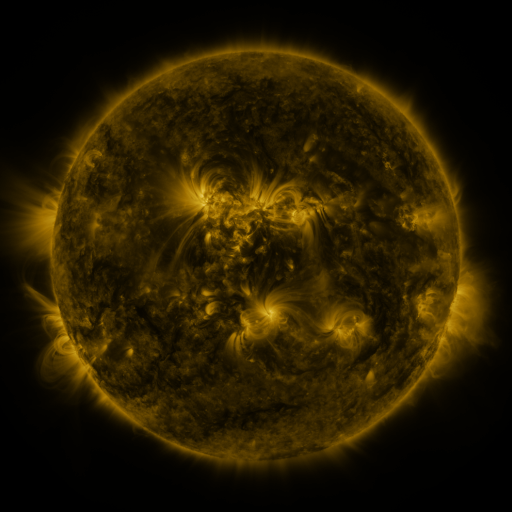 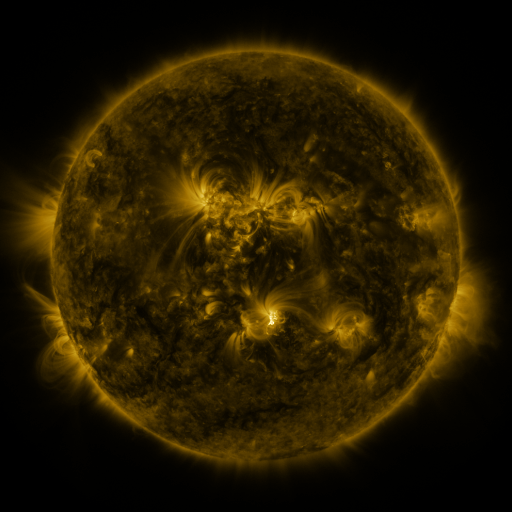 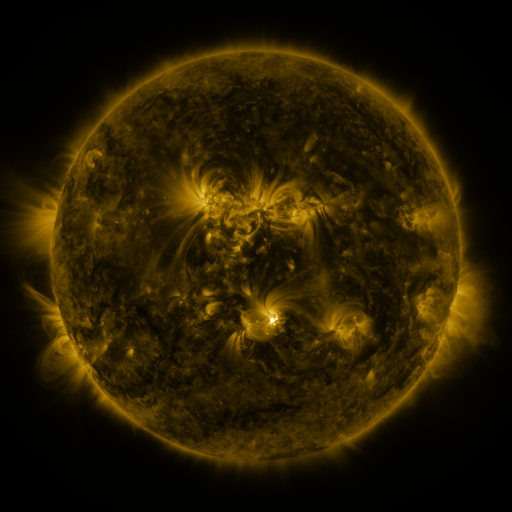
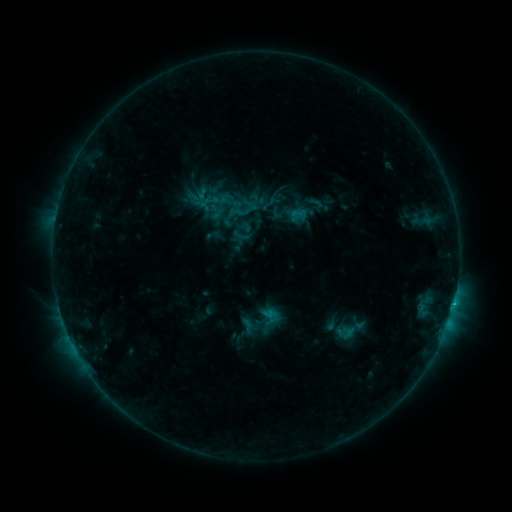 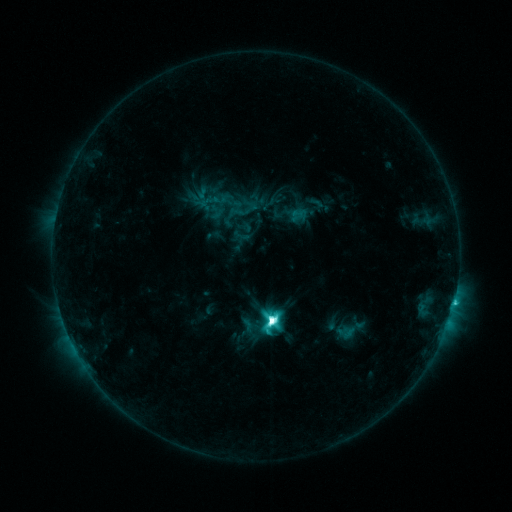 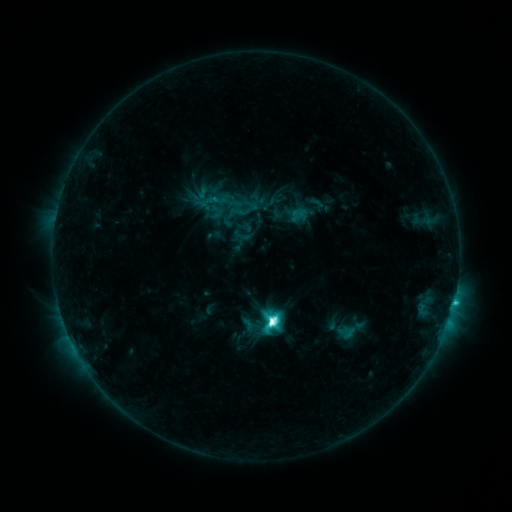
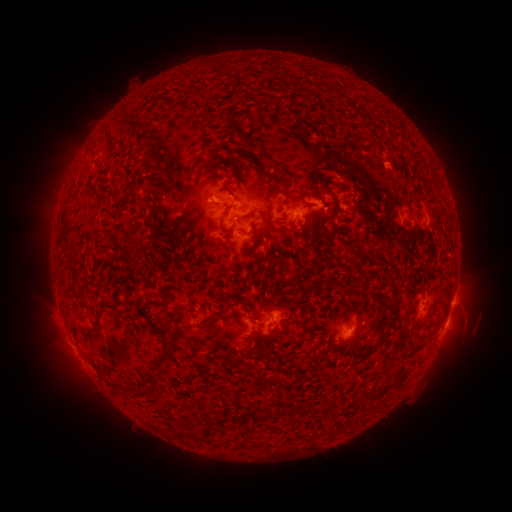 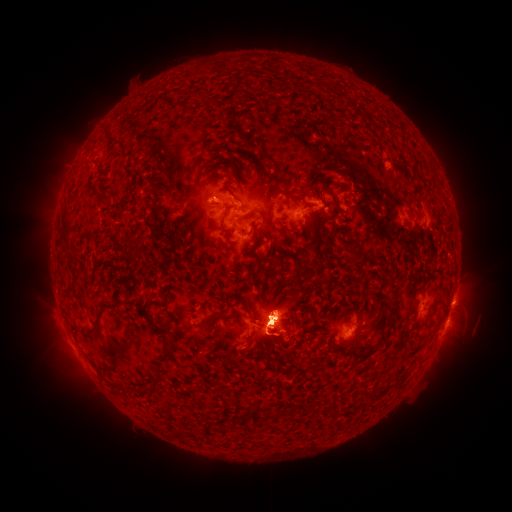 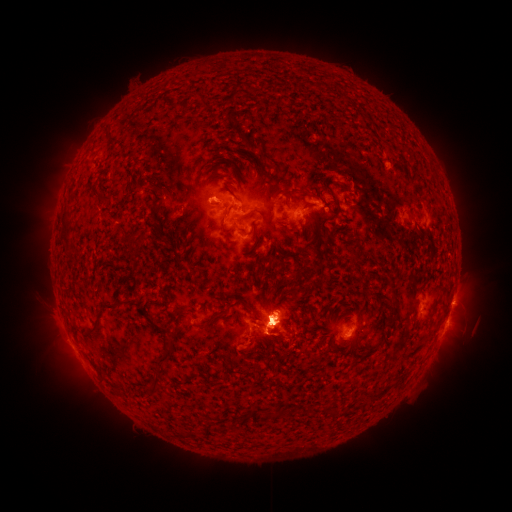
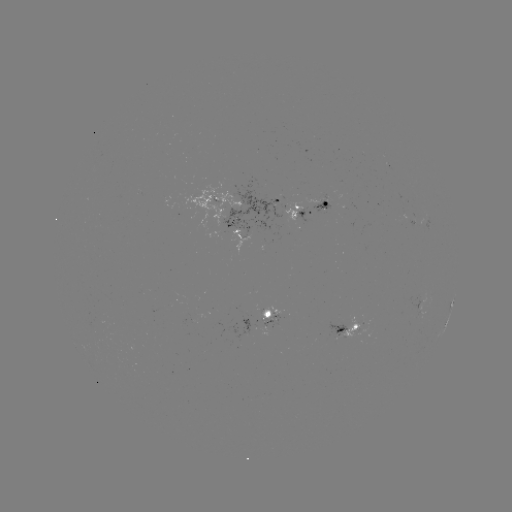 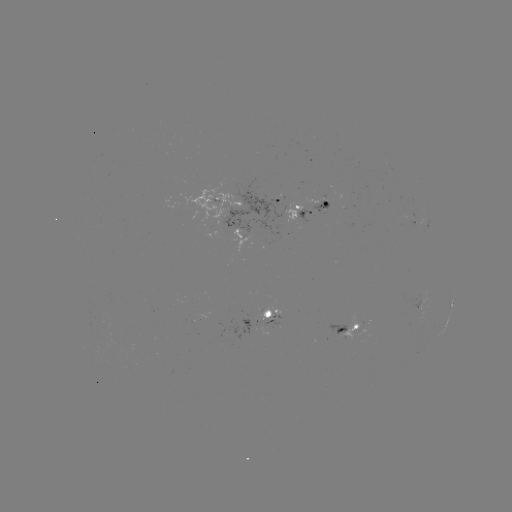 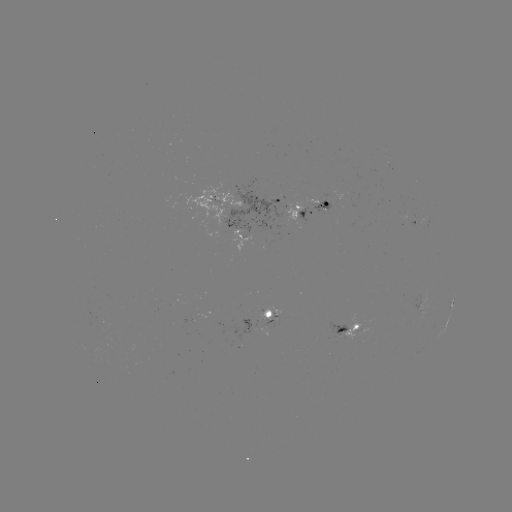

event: flare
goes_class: M2.1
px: (269, 319)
